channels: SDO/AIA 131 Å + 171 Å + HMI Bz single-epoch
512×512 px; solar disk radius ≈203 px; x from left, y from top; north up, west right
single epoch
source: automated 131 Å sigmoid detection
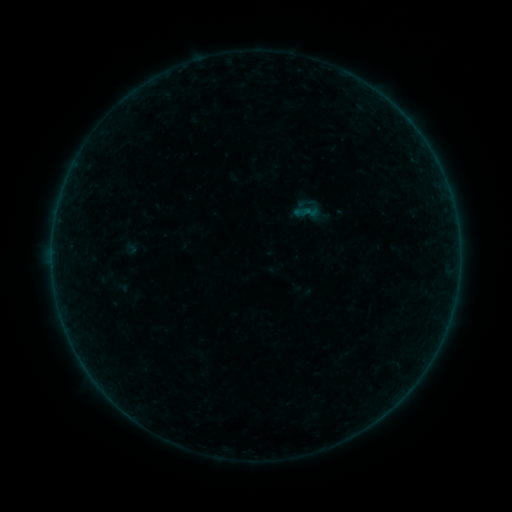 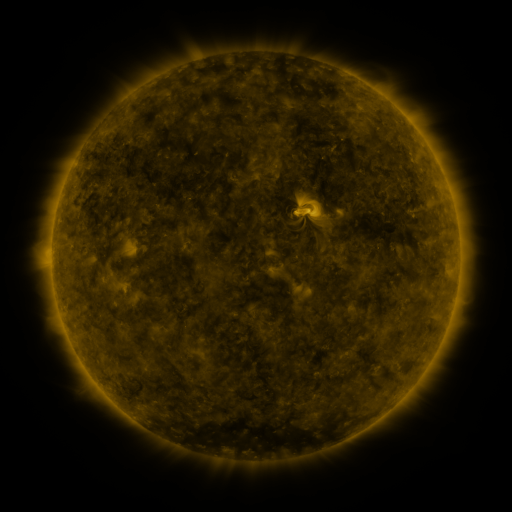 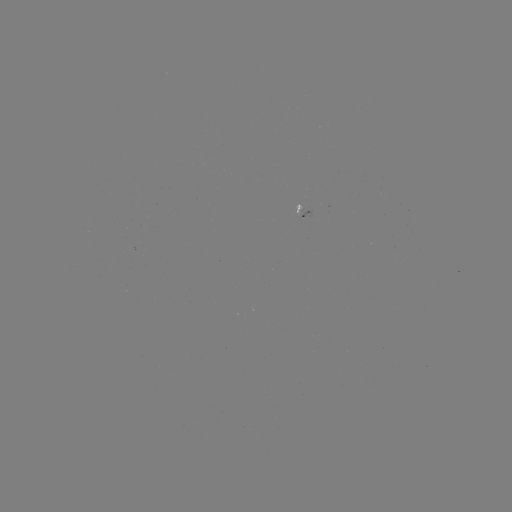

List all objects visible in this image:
sigmoid: (131, 248)
